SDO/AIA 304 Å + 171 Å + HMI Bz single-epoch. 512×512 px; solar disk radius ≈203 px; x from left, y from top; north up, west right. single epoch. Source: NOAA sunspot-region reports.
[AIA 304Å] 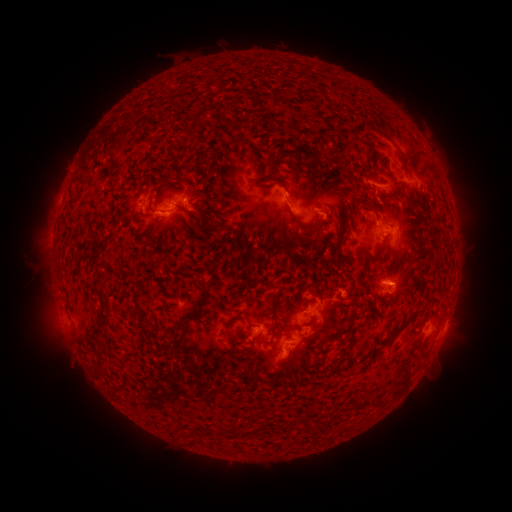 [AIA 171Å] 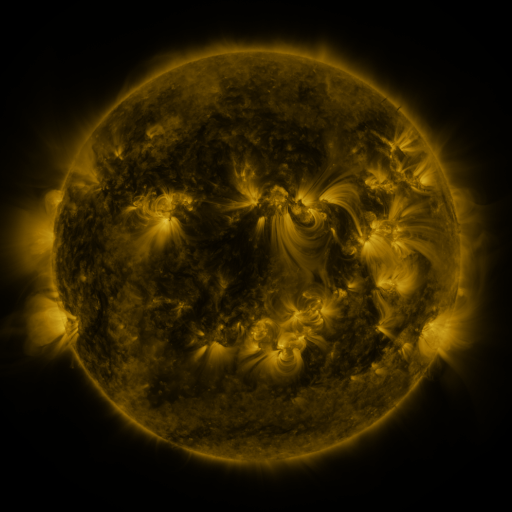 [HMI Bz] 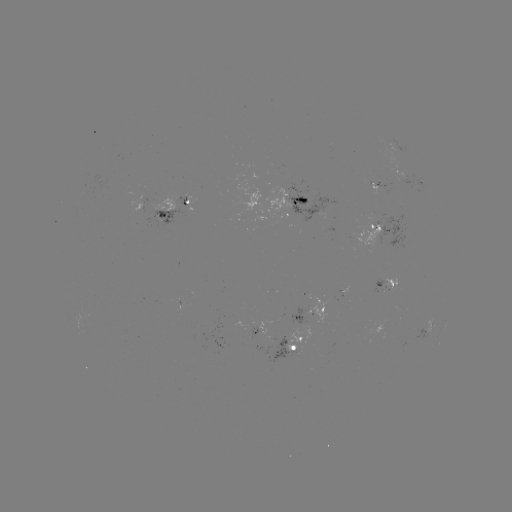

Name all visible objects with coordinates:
spotted active region: (406, 175)
spotted active region: (380, 187)
spotted active region: (307, 202)
spotted active region: (178, 206)
spotted active region: (386, 228)
spotted active region: (388, 281)
spotted active region: (313, 308)
spotted active region: (259, 328)
spotted active region: (428, 329)
spotted active region: (299, 341)
